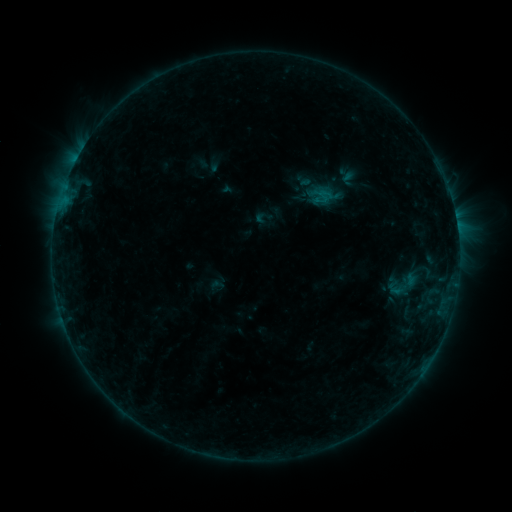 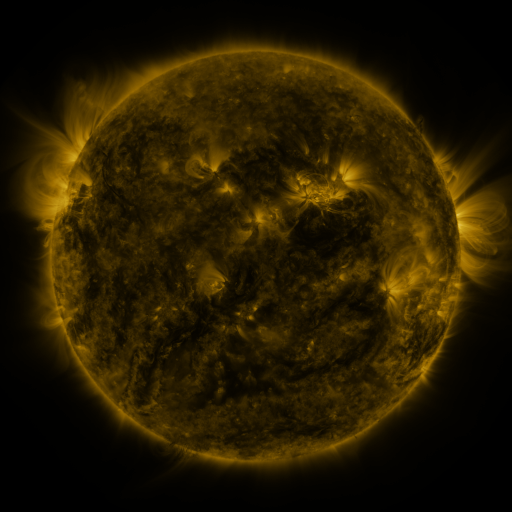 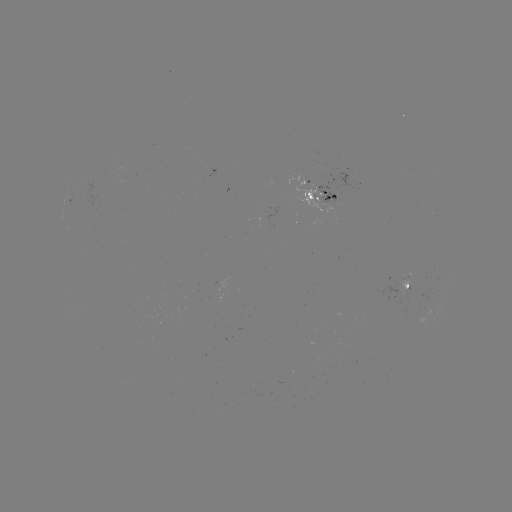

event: sigmoid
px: (405, 286)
